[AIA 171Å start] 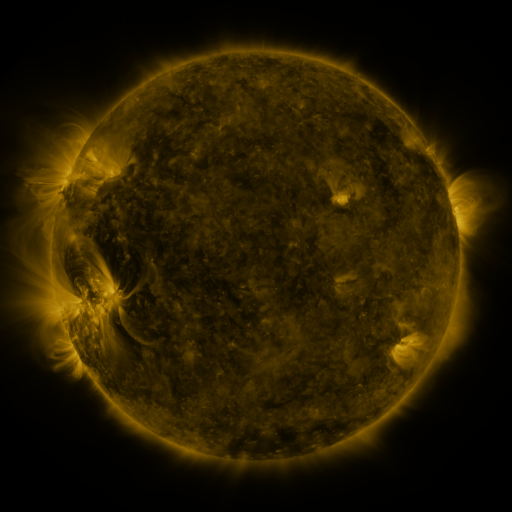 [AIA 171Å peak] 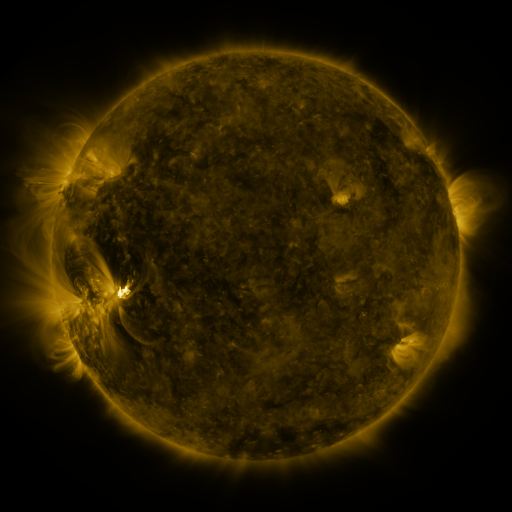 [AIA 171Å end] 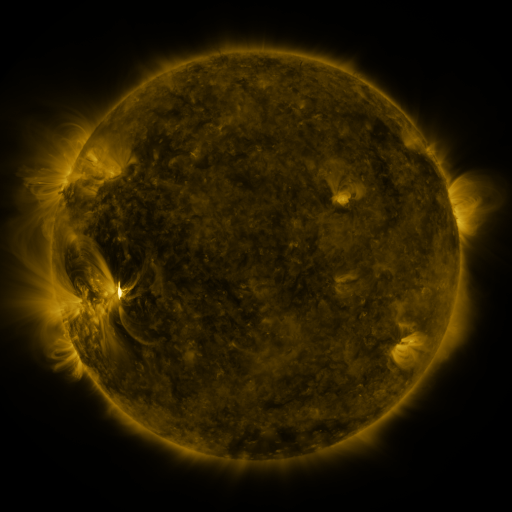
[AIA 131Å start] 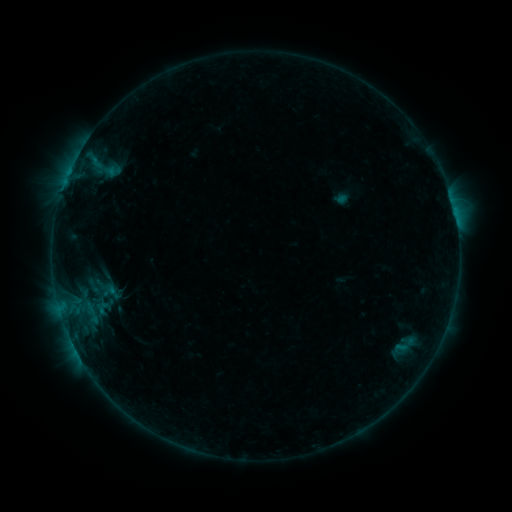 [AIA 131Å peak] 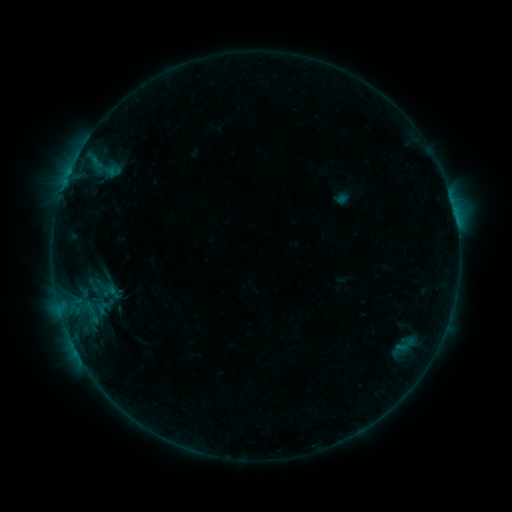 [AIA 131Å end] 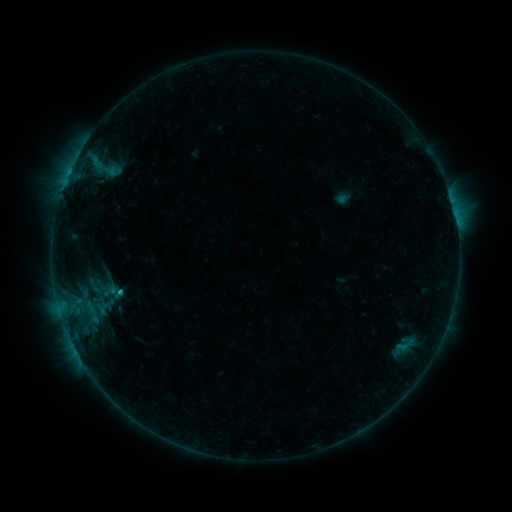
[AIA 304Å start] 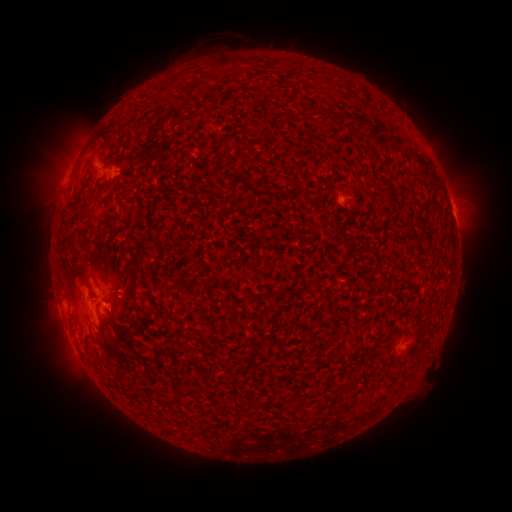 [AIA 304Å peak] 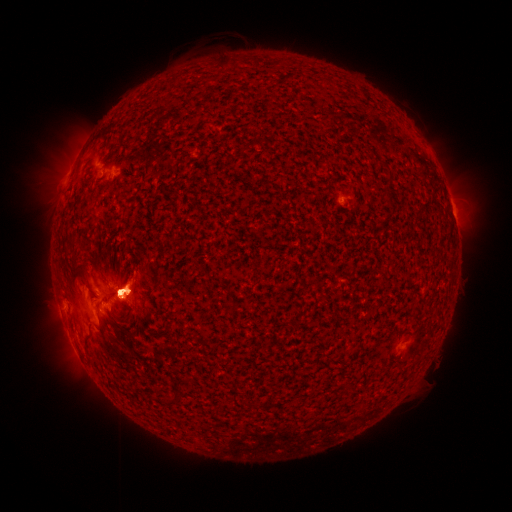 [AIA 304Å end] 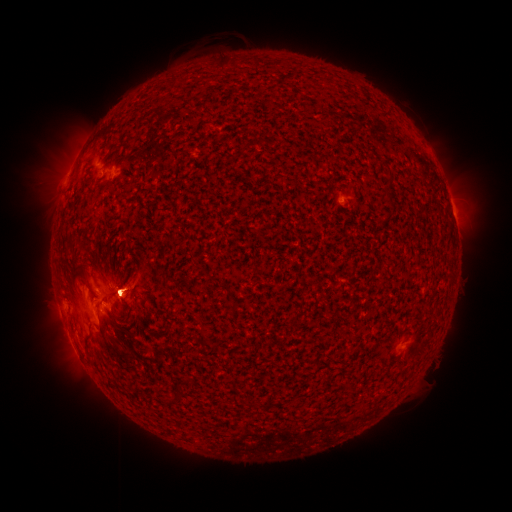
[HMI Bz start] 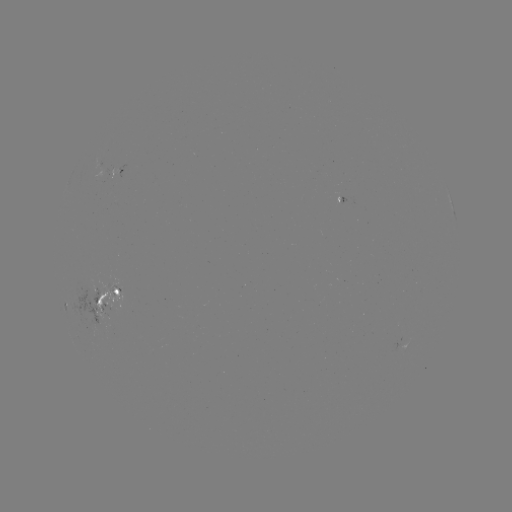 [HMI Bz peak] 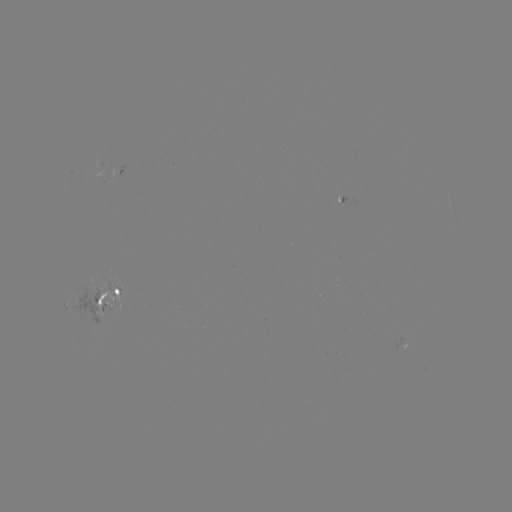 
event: flare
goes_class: M1.0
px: (121, 291)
